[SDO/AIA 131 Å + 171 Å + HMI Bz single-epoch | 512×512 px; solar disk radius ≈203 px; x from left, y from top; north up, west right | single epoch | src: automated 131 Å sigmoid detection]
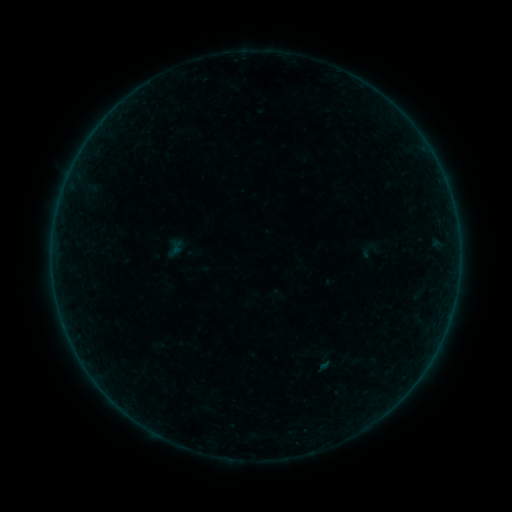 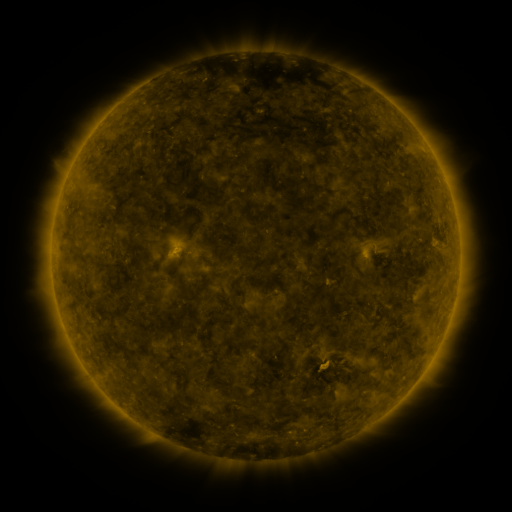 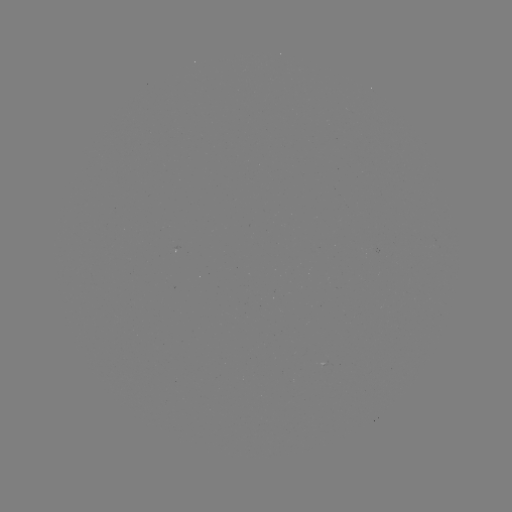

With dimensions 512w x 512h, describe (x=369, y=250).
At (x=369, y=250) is sigmoid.